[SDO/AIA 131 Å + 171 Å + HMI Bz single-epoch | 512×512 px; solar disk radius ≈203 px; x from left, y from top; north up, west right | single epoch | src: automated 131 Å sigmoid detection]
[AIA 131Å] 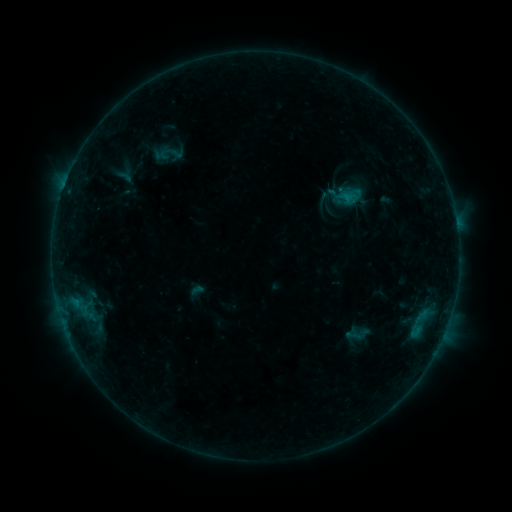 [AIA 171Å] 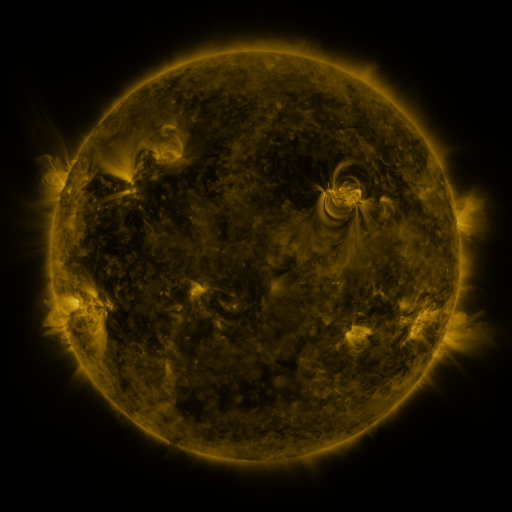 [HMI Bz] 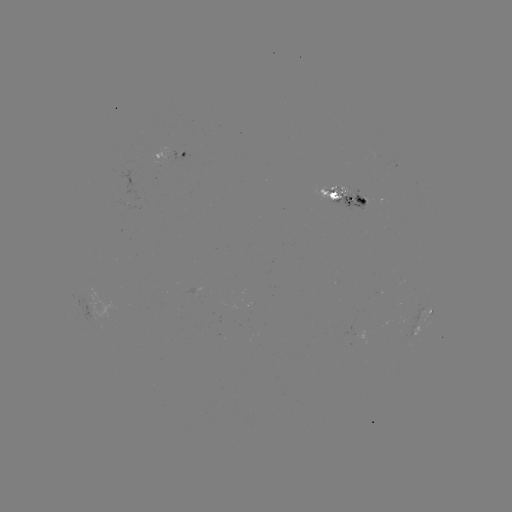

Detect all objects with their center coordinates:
sigmoid: (326, 203)
